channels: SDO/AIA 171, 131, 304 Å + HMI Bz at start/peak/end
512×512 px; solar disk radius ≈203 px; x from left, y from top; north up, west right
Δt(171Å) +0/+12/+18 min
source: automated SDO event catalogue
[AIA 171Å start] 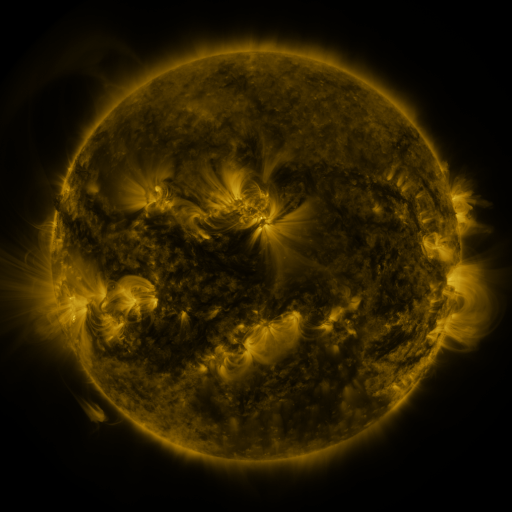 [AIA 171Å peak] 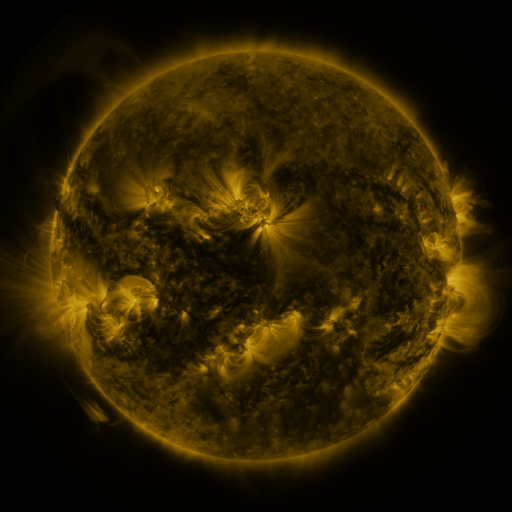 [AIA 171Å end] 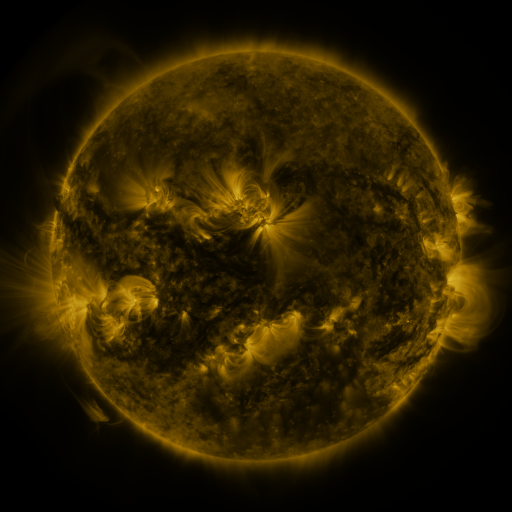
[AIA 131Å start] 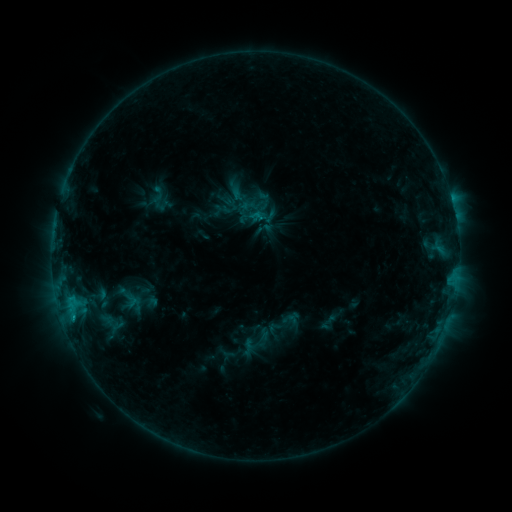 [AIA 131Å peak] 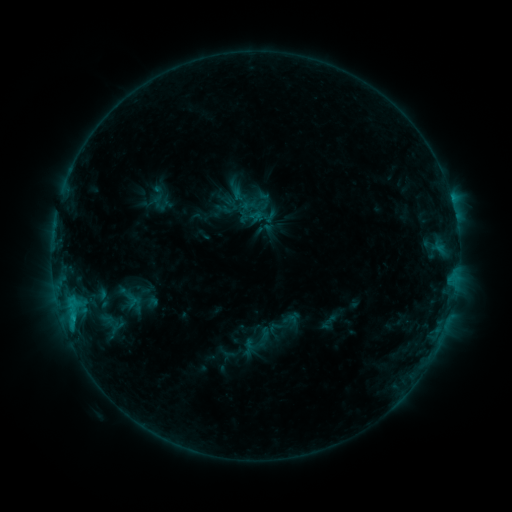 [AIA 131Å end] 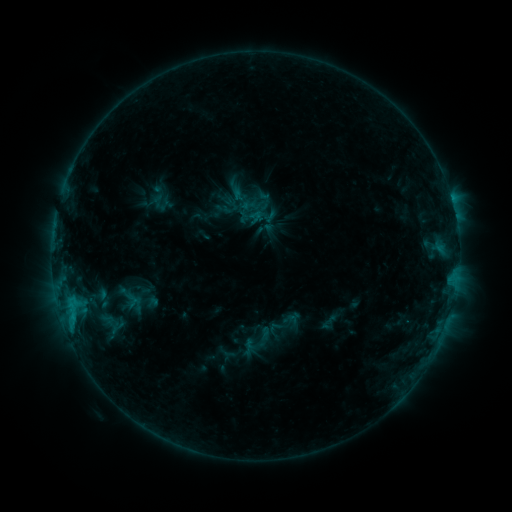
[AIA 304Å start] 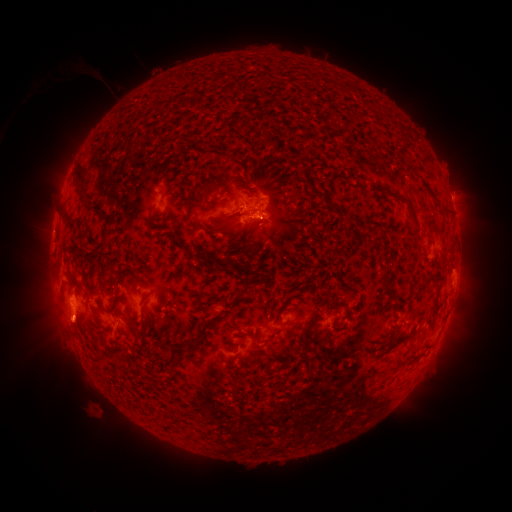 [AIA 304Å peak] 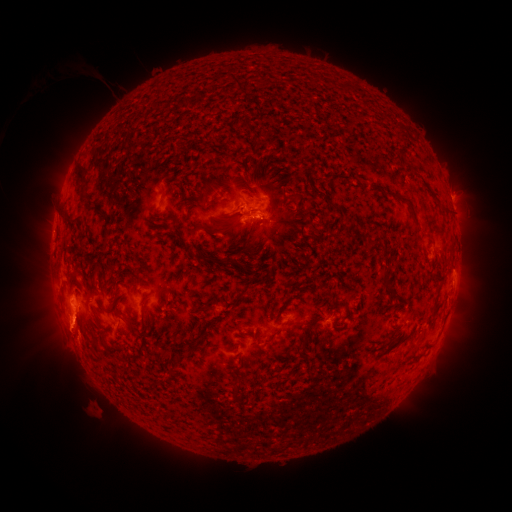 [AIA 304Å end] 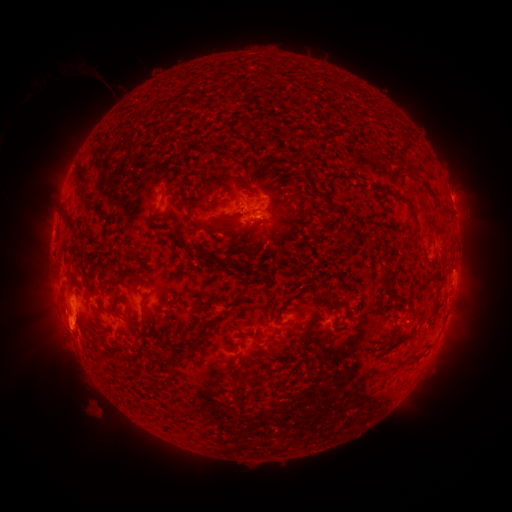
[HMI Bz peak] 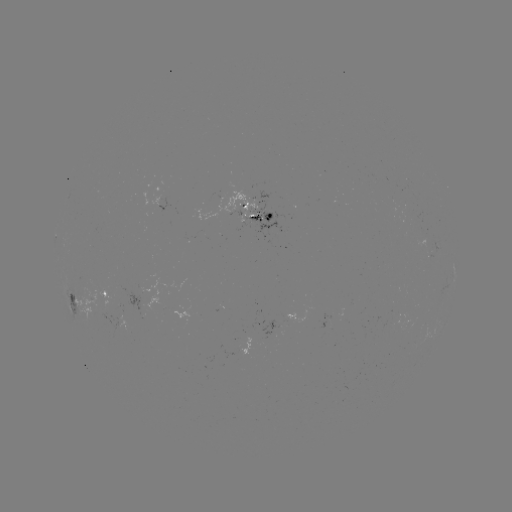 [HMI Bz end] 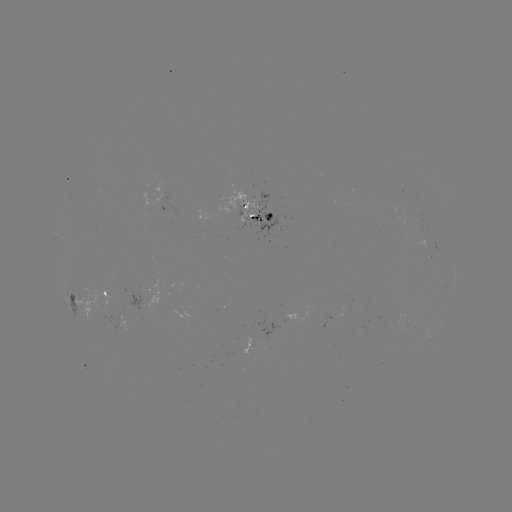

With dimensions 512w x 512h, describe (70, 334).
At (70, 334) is eruption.